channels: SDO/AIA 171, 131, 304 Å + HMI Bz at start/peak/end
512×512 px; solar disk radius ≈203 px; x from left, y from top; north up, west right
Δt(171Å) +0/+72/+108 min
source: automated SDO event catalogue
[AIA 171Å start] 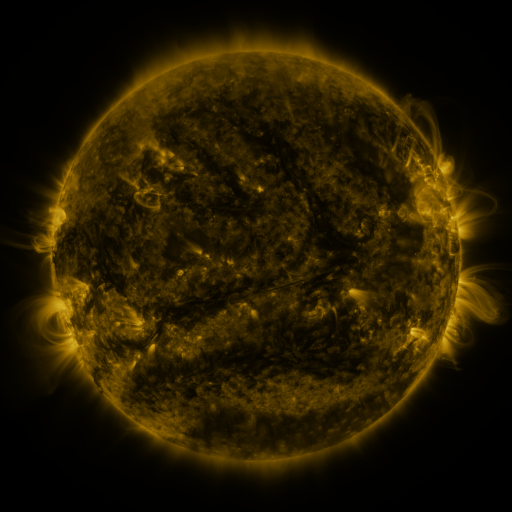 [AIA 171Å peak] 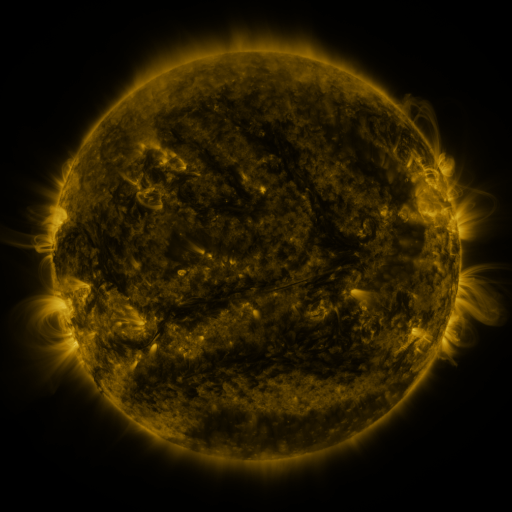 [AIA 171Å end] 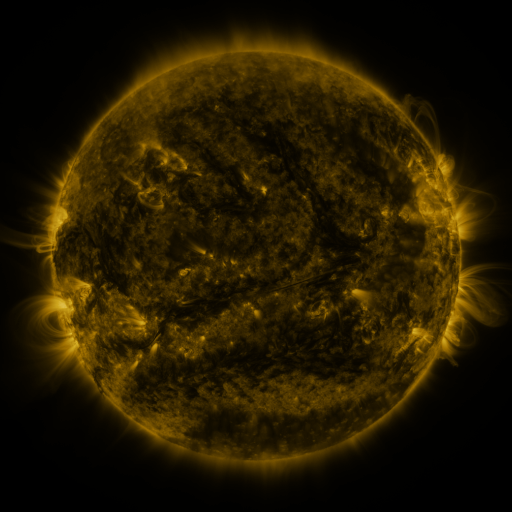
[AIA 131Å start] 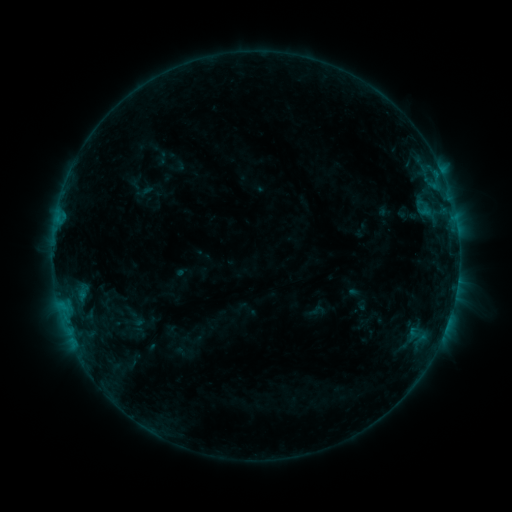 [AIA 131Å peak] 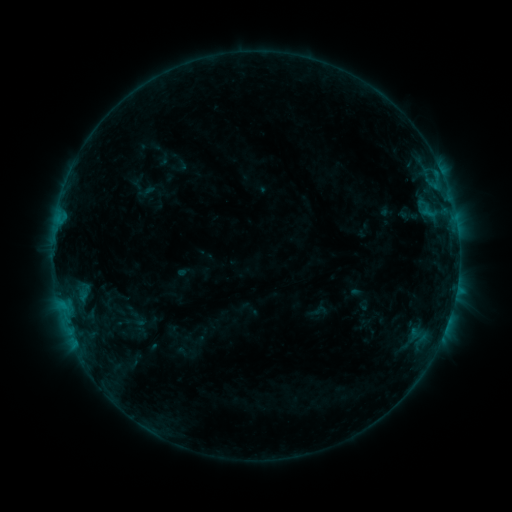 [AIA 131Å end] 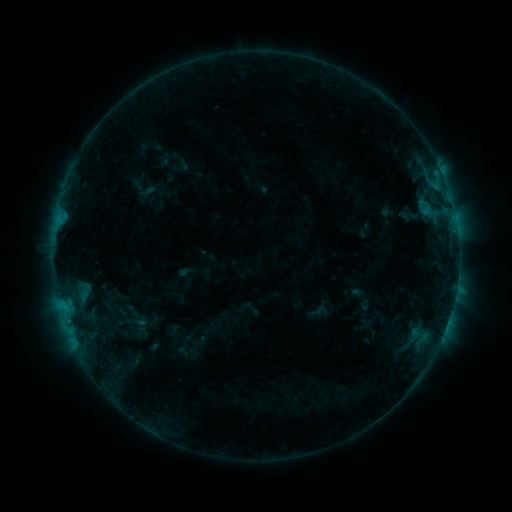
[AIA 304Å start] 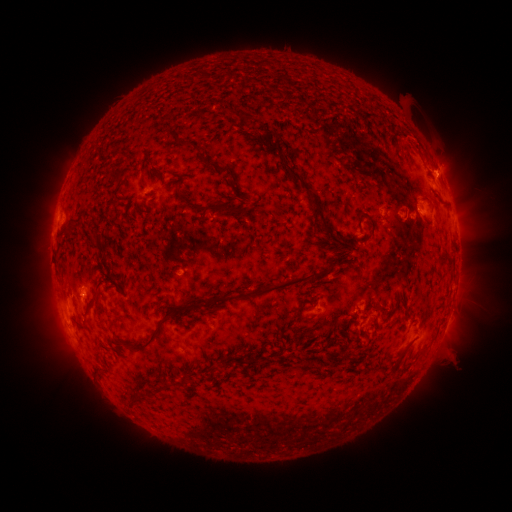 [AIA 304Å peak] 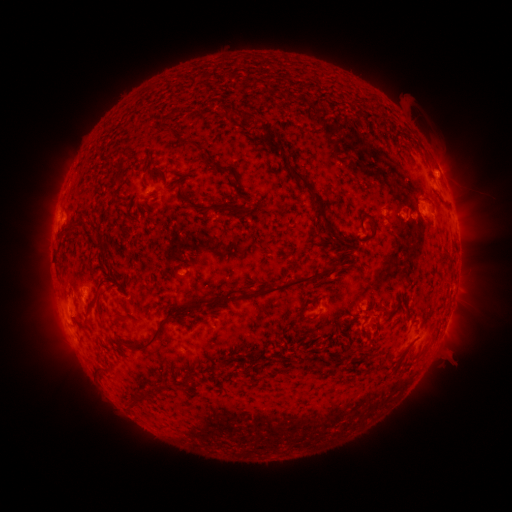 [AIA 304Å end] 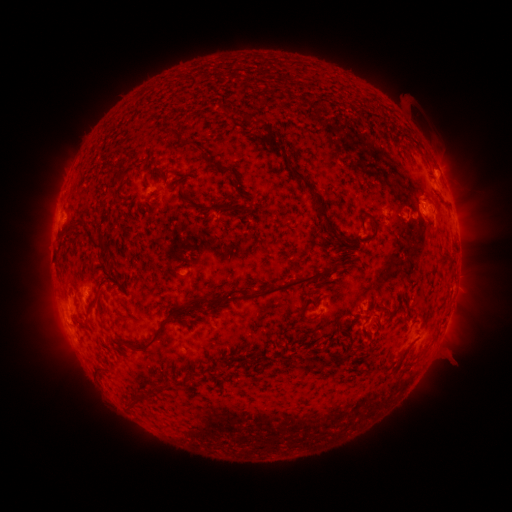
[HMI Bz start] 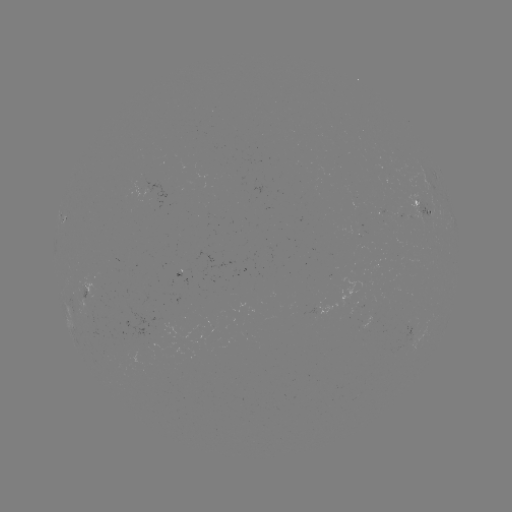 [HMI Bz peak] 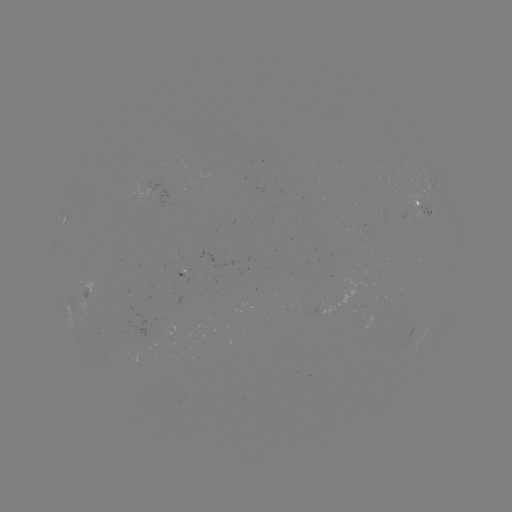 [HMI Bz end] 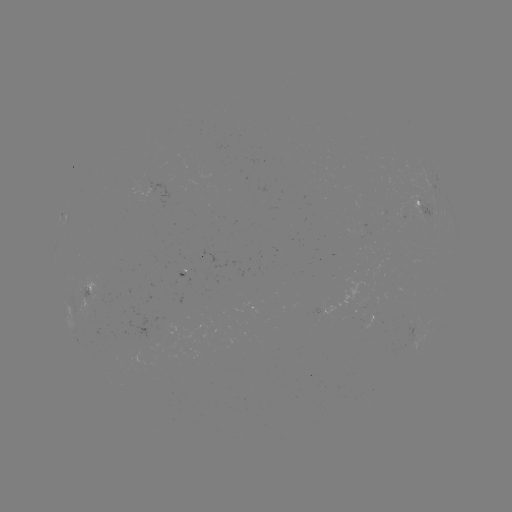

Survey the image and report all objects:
emerging-flux region: (184, 272)
